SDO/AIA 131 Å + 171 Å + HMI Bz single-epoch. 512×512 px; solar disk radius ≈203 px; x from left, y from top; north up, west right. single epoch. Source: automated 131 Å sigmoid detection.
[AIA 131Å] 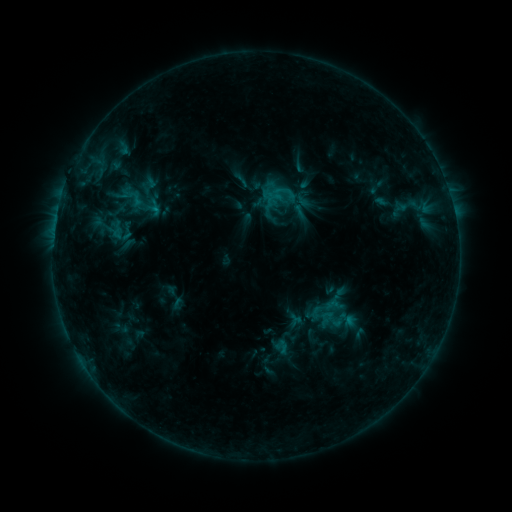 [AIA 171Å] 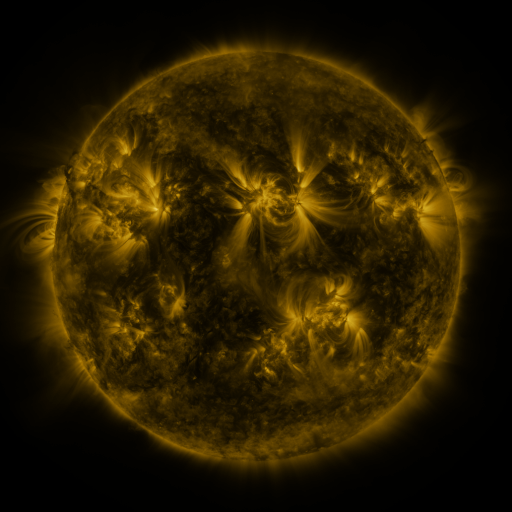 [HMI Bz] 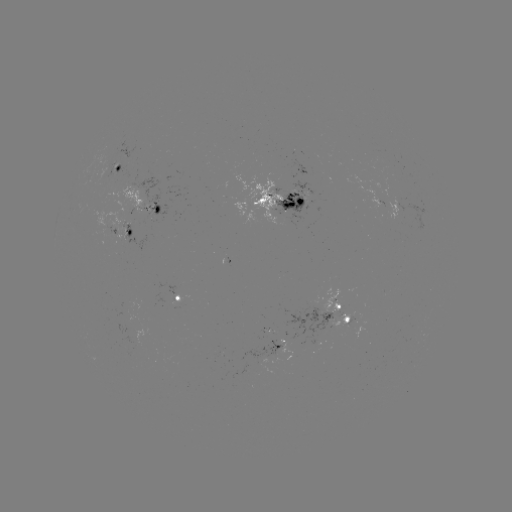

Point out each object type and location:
sigmoid: <bbox>389, 194, 421, 216</bbox>
sigmoid: <bbox>325, 296, 344, 315</bbox>
